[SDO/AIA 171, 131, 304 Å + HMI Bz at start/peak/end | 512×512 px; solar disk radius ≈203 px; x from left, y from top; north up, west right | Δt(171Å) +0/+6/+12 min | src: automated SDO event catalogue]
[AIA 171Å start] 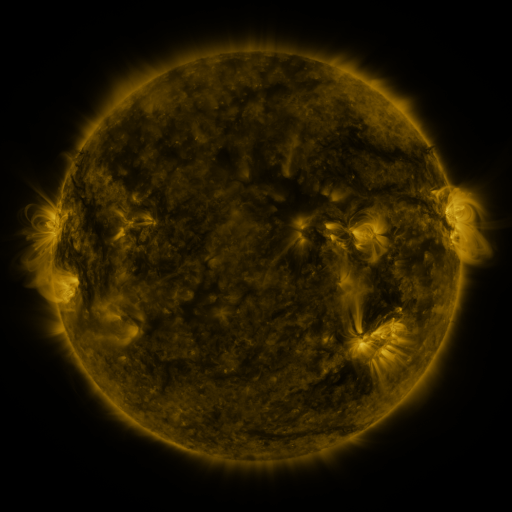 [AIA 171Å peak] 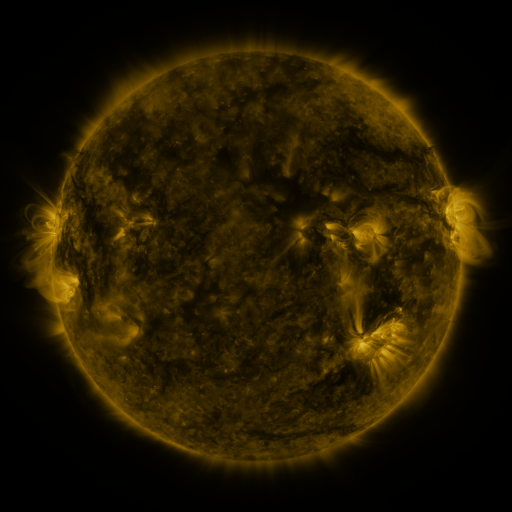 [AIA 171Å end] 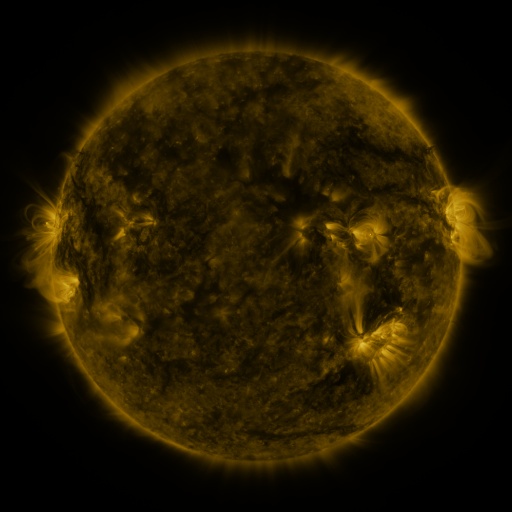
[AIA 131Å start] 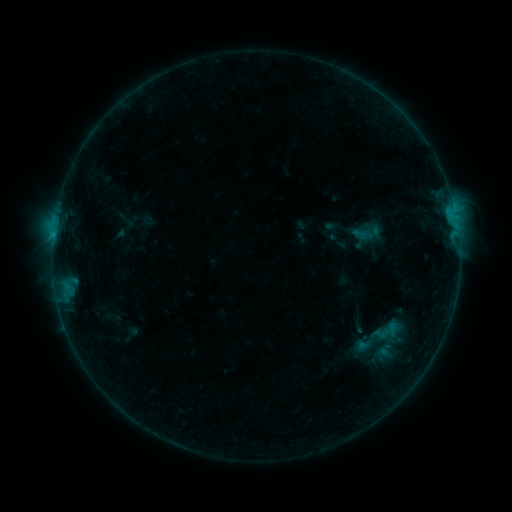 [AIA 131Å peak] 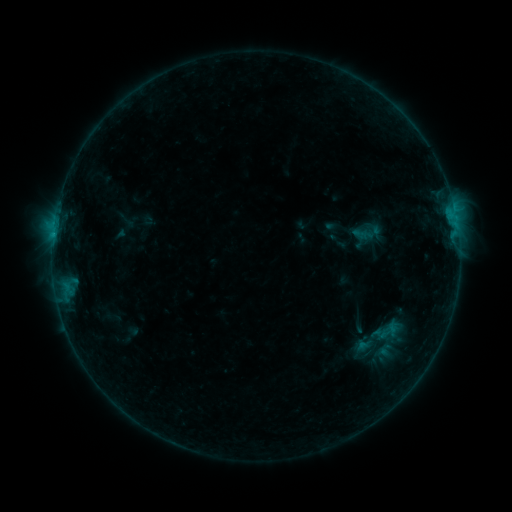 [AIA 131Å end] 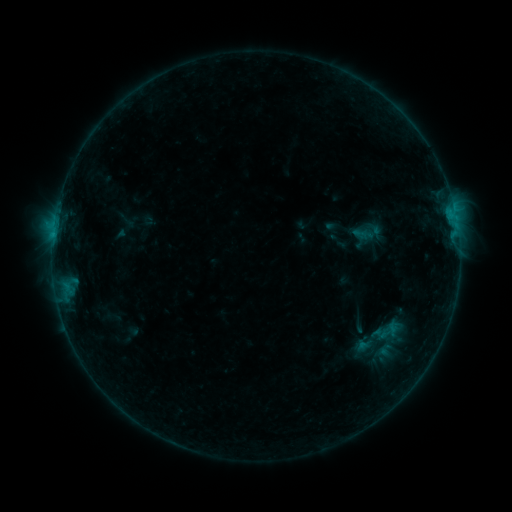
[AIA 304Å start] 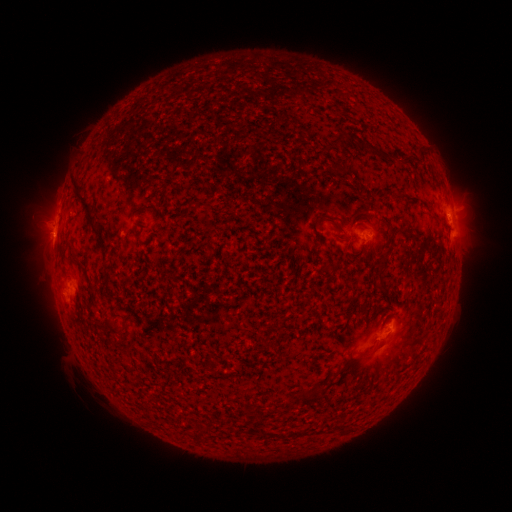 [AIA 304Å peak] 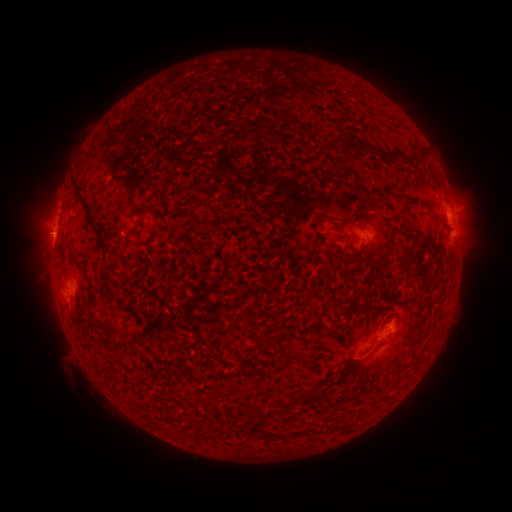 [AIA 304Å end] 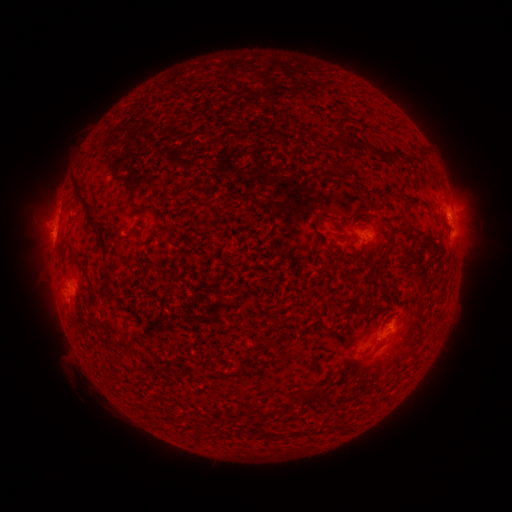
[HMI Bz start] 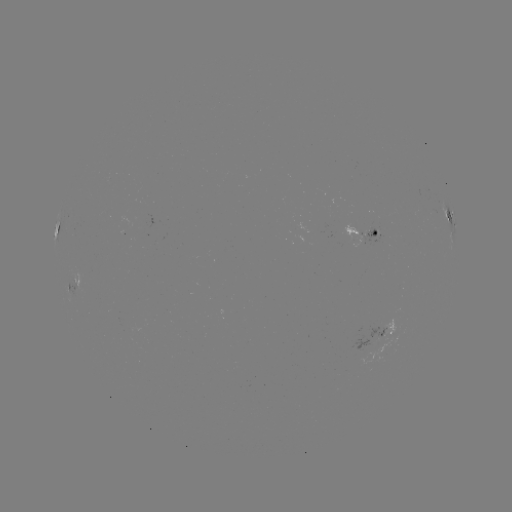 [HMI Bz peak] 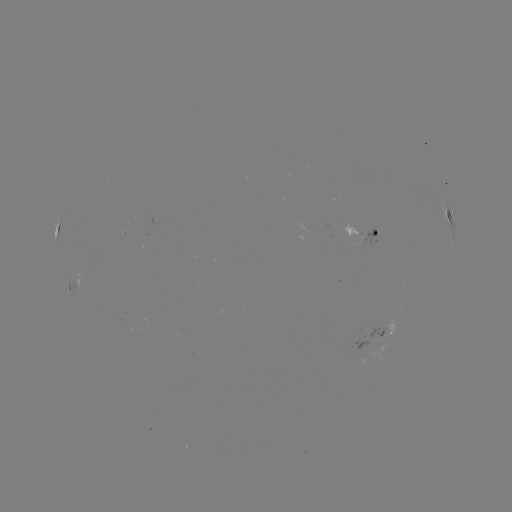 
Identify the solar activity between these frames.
no classed flare was catalogued and no EUV brightening was flagged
